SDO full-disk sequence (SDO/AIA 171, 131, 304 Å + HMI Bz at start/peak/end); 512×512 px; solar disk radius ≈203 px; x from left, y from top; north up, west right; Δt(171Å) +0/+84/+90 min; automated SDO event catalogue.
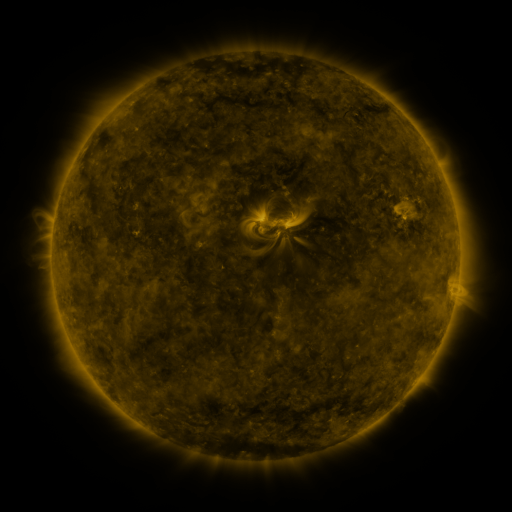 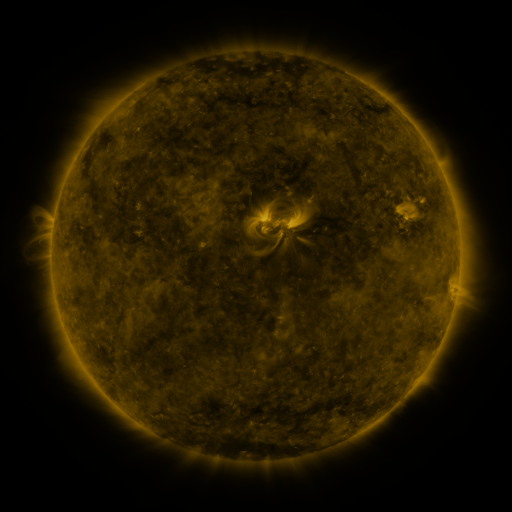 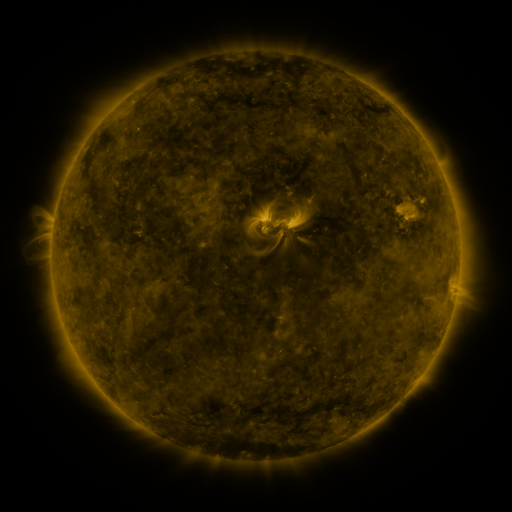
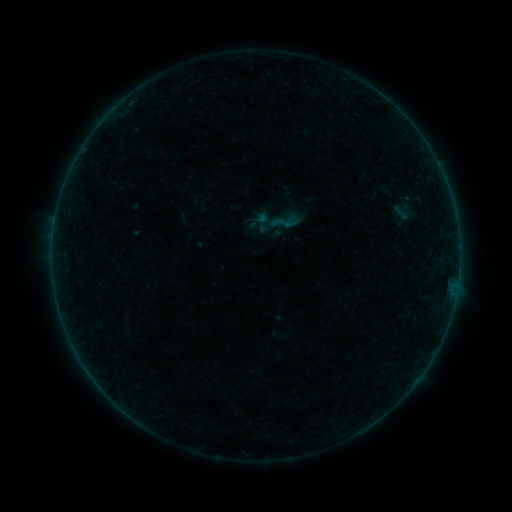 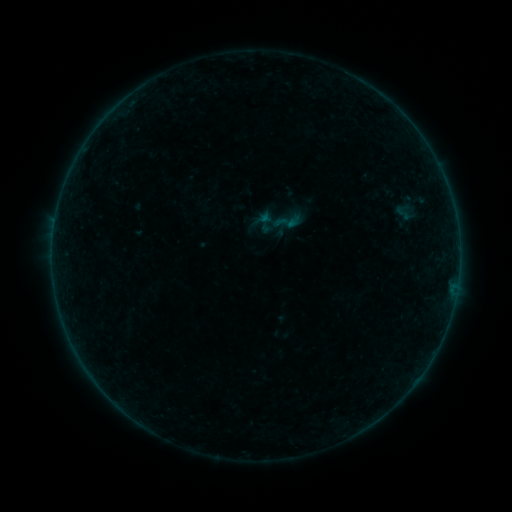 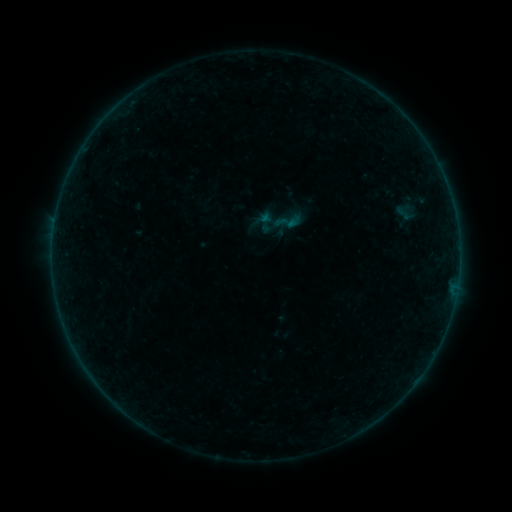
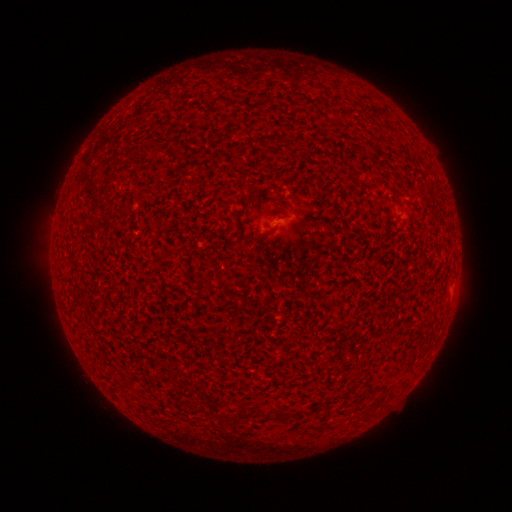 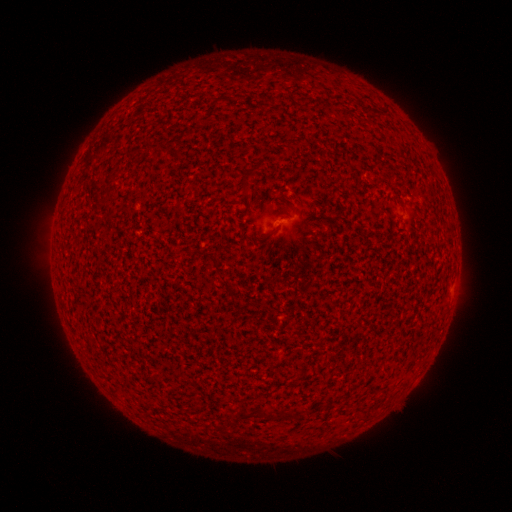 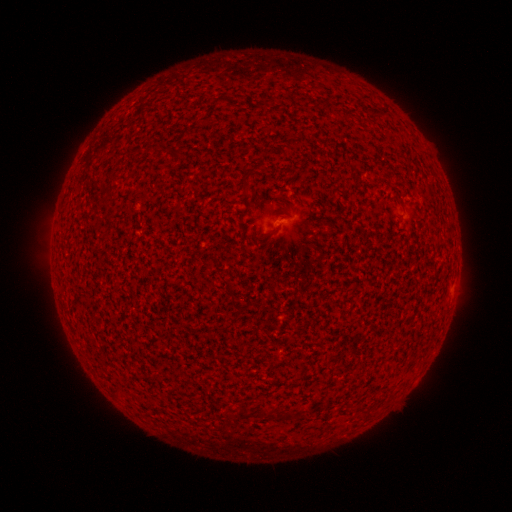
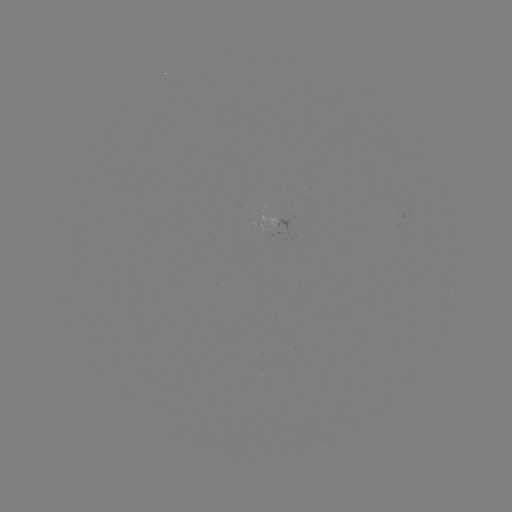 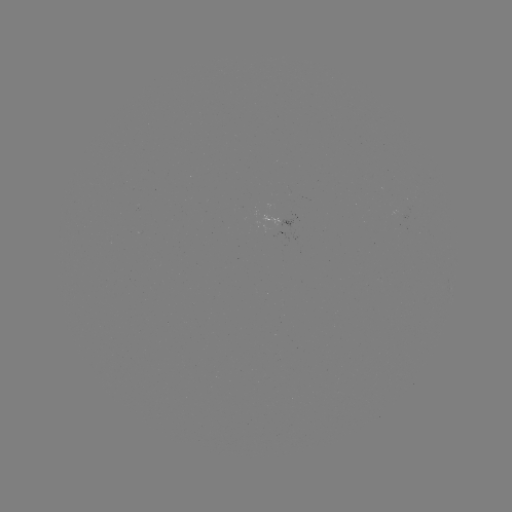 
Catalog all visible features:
A3.0 flare: (291, 225)
